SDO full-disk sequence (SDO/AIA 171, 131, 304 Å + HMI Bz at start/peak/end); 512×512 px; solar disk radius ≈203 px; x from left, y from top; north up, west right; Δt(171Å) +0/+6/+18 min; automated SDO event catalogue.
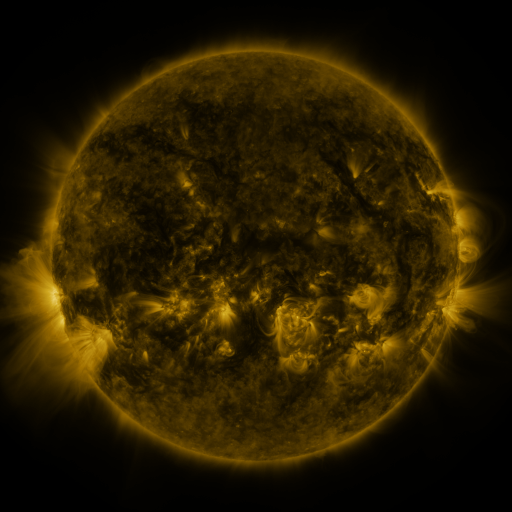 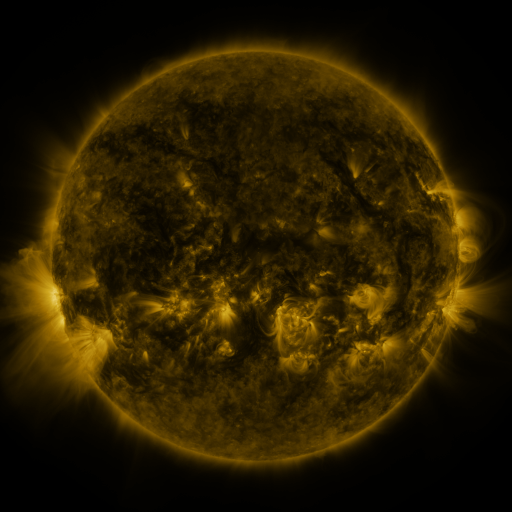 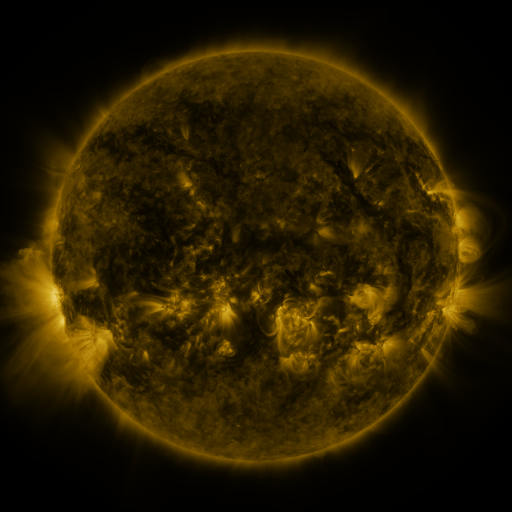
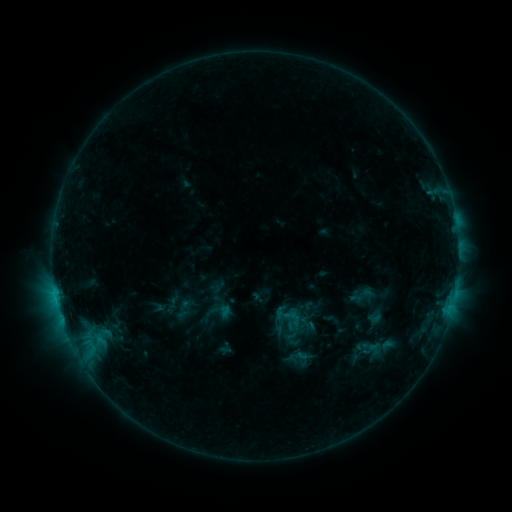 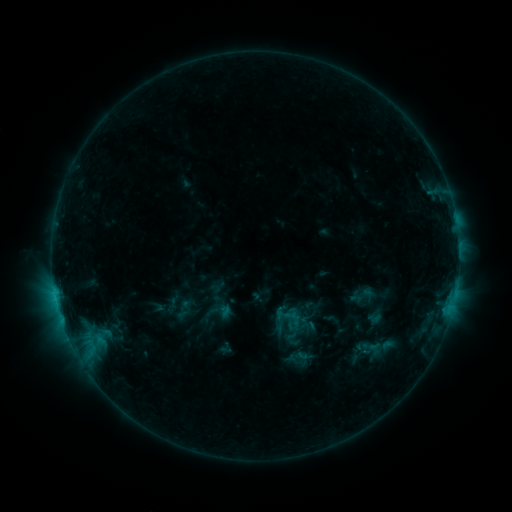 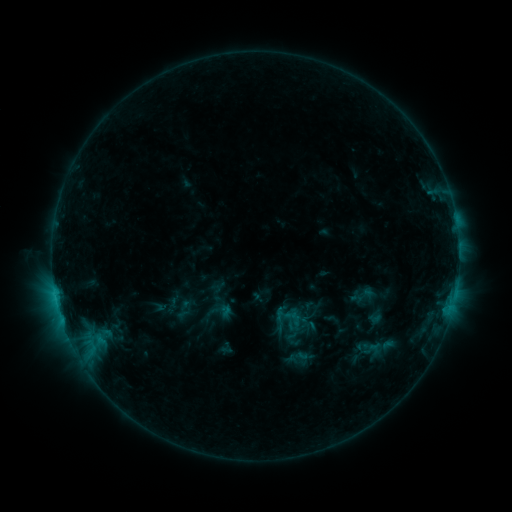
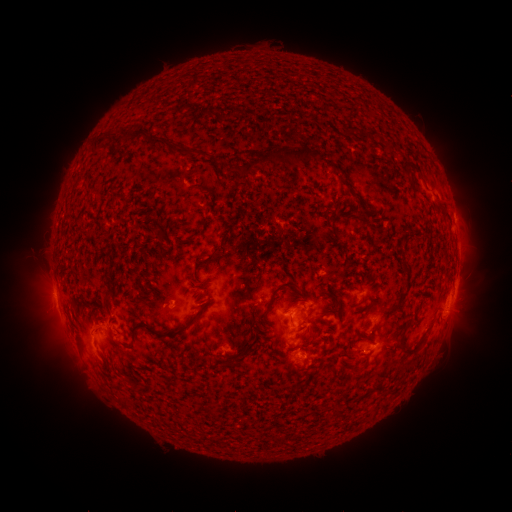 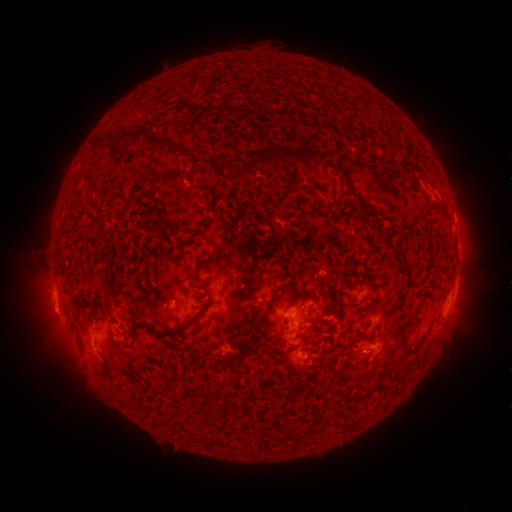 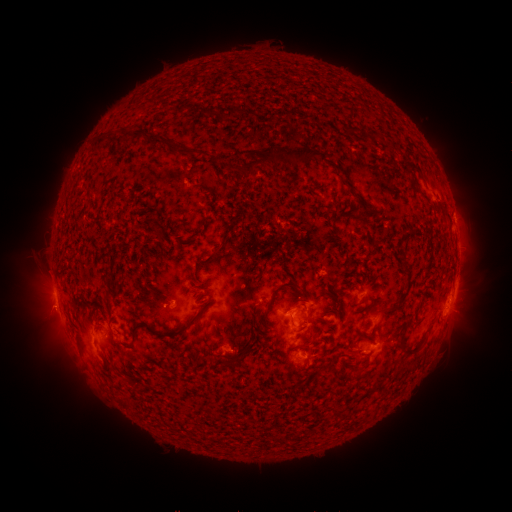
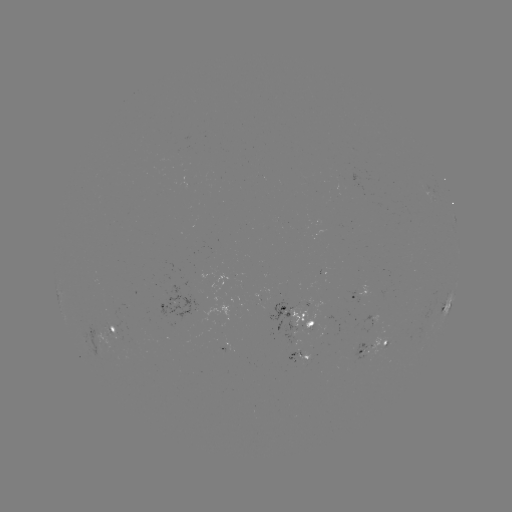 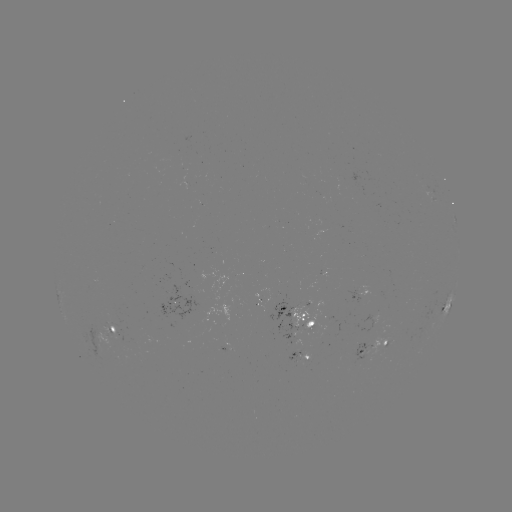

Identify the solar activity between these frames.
eruption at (47, 316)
